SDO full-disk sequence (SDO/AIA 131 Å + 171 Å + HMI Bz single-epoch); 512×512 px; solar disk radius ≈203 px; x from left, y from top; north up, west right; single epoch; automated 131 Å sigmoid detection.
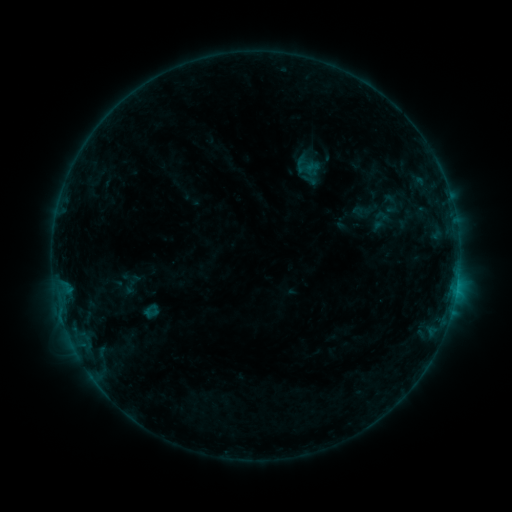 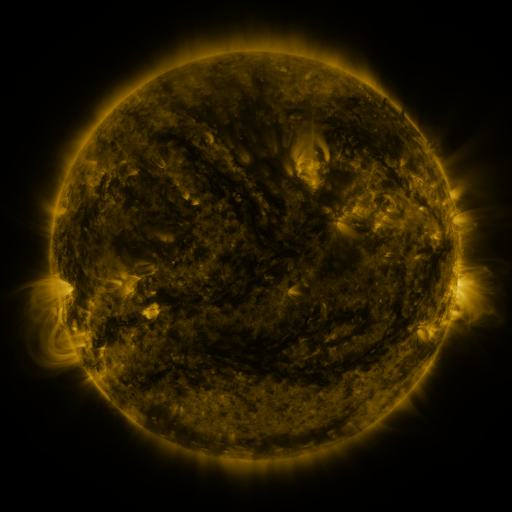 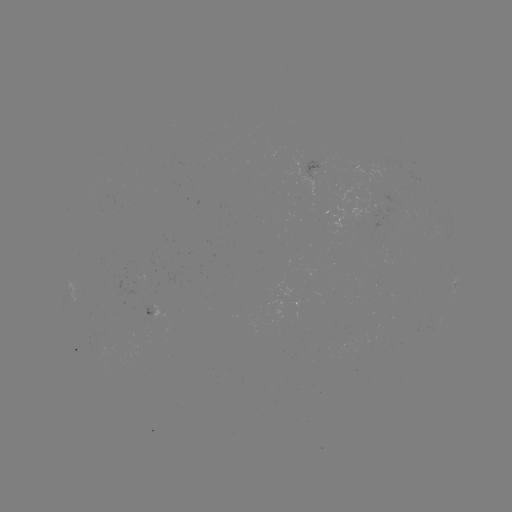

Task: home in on sigmoid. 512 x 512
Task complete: (307, 166).